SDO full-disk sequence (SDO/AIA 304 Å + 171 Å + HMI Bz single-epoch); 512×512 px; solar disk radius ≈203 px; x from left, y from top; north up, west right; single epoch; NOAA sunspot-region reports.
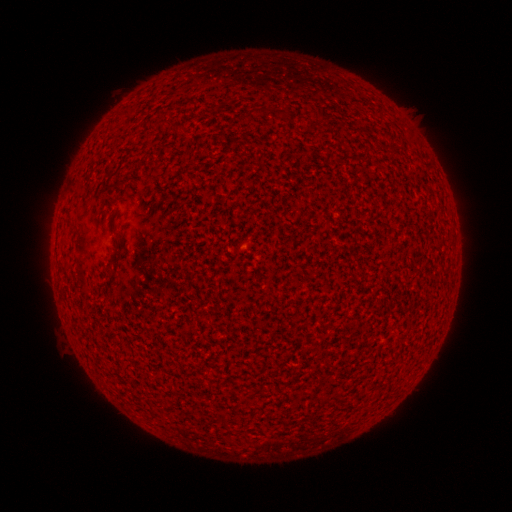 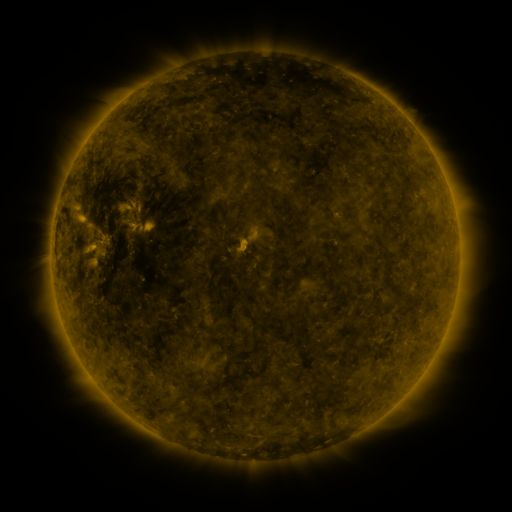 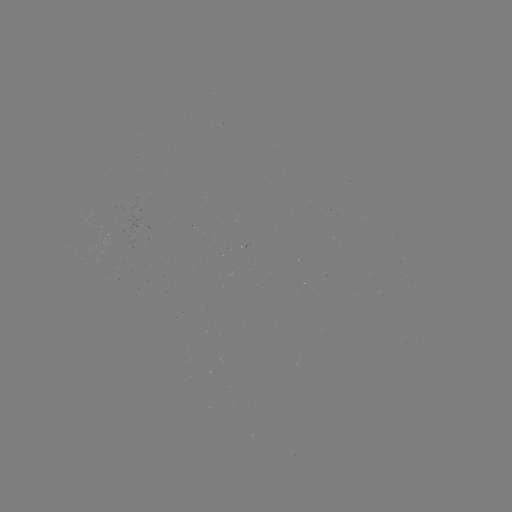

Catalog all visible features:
(none)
